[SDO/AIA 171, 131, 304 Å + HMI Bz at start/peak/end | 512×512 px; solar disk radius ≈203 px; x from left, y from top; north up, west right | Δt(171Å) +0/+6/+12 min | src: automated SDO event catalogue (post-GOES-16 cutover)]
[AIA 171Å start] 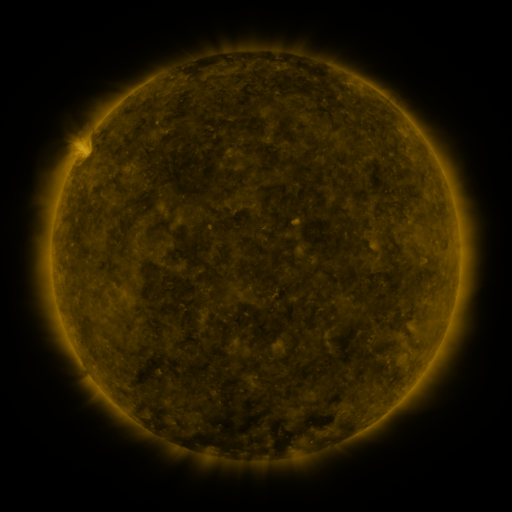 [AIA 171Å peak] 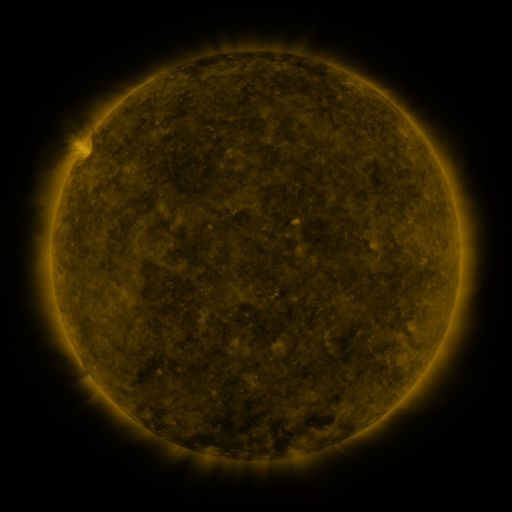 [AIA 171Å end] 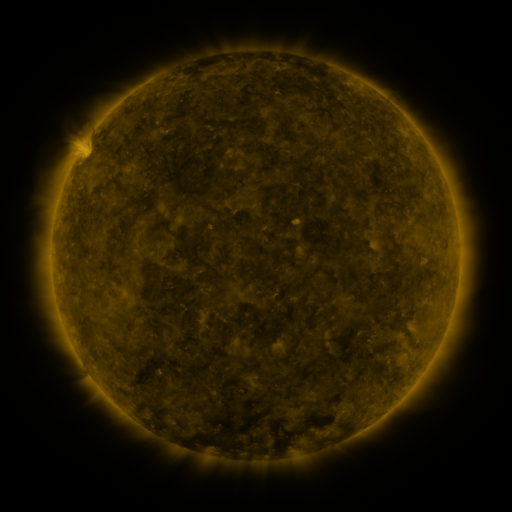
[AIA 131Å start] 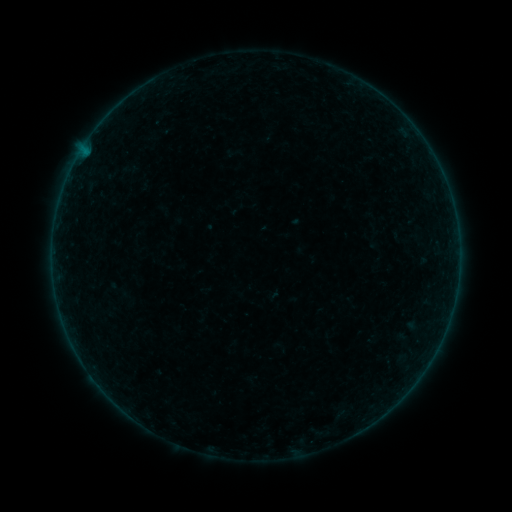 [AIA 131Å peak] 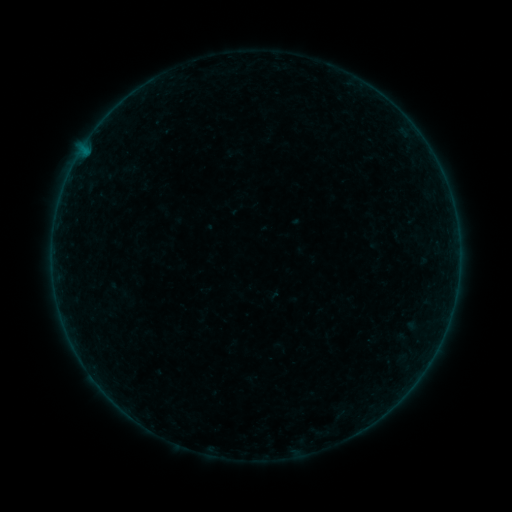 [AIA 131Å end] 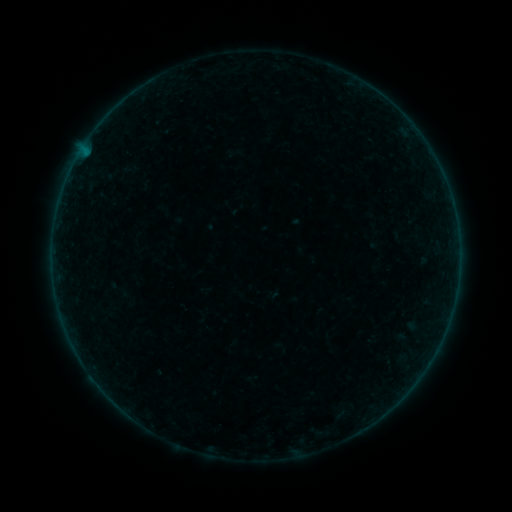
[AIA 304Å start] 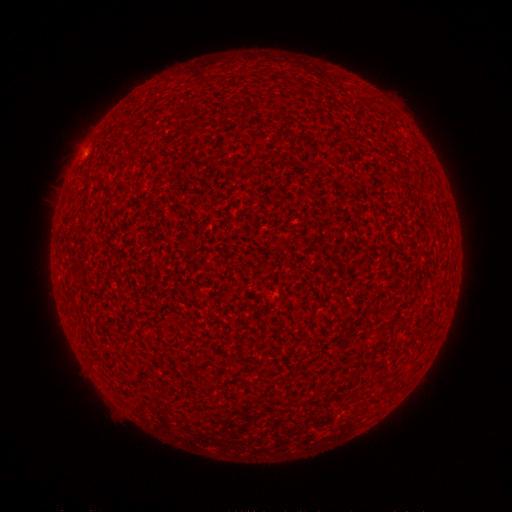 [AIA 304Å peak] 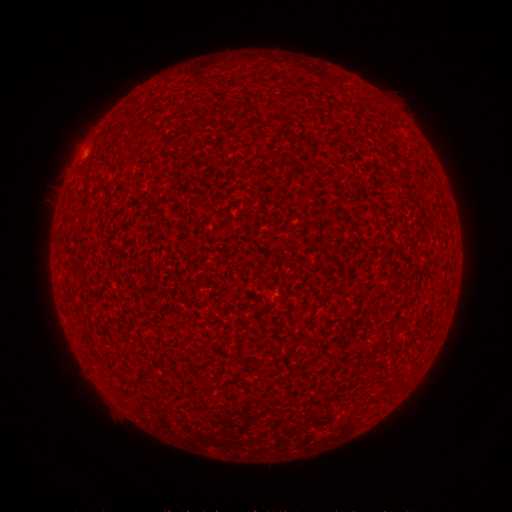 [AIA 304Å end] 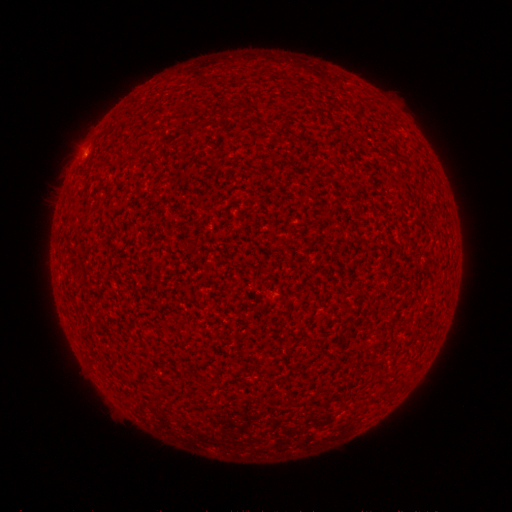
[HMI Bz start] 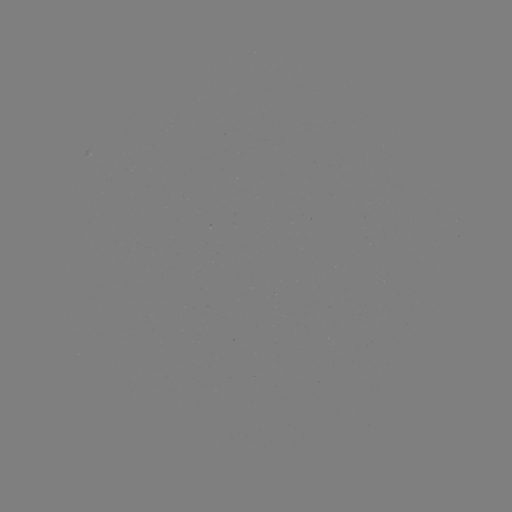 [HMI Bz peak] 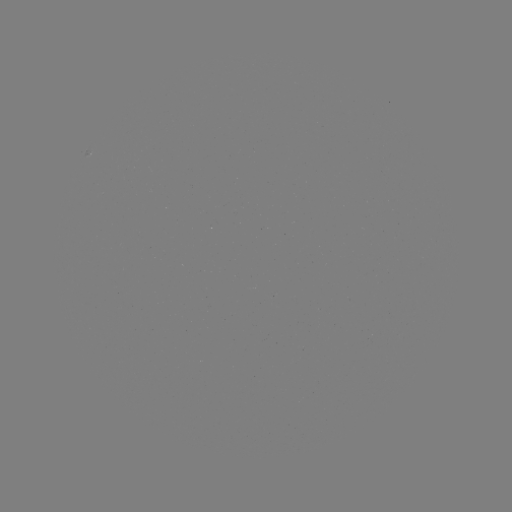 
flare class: A1.1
